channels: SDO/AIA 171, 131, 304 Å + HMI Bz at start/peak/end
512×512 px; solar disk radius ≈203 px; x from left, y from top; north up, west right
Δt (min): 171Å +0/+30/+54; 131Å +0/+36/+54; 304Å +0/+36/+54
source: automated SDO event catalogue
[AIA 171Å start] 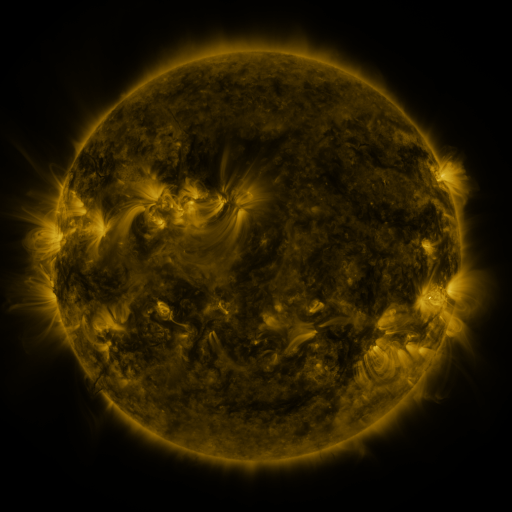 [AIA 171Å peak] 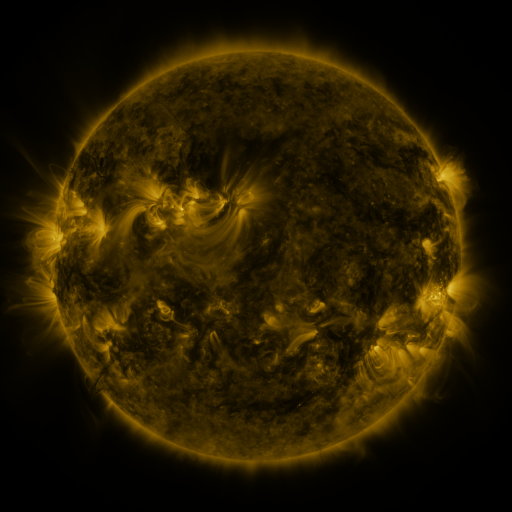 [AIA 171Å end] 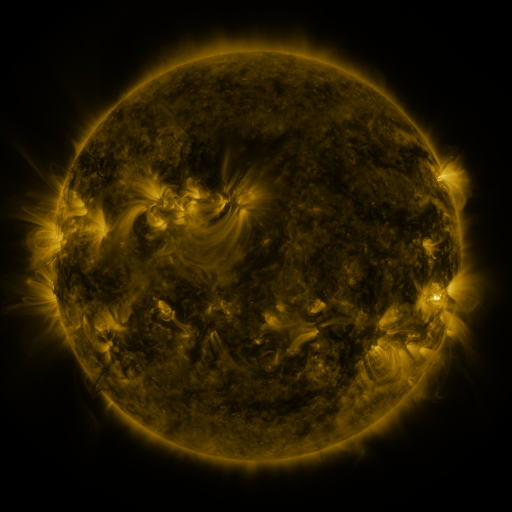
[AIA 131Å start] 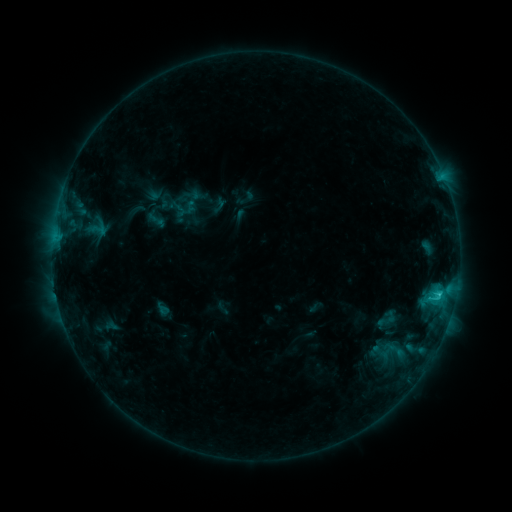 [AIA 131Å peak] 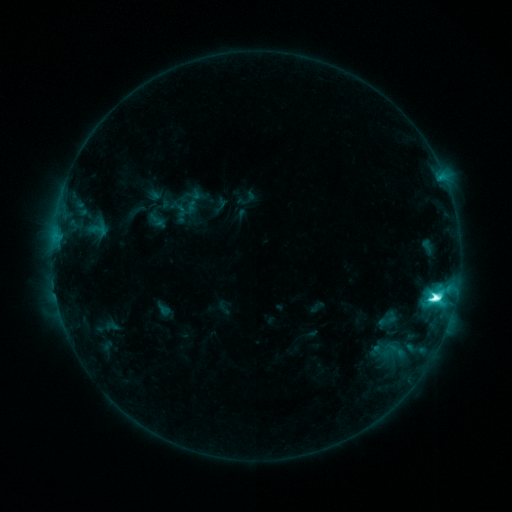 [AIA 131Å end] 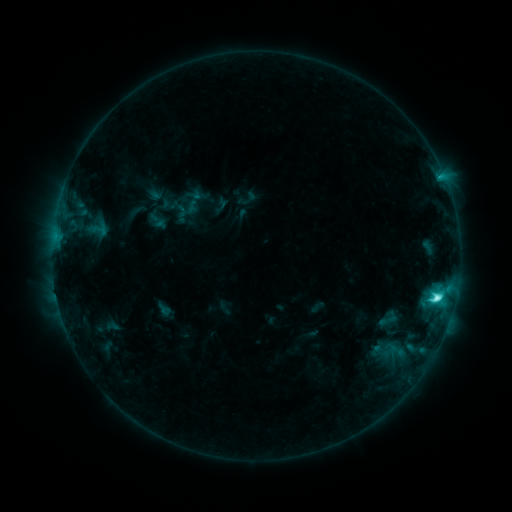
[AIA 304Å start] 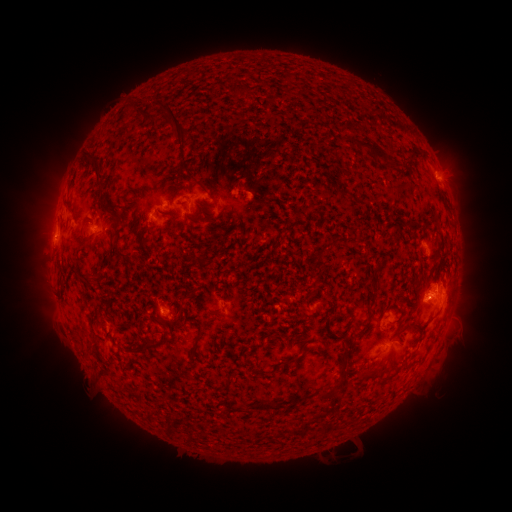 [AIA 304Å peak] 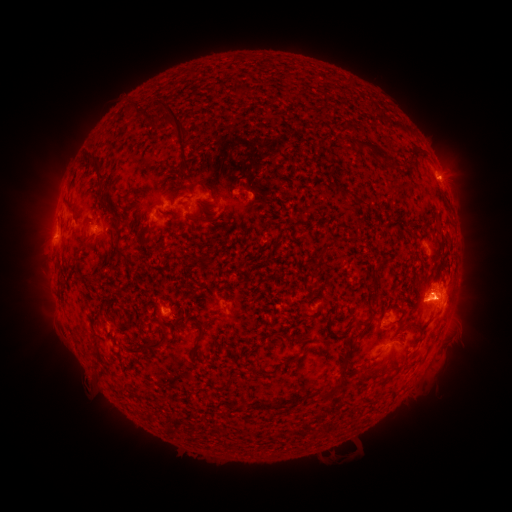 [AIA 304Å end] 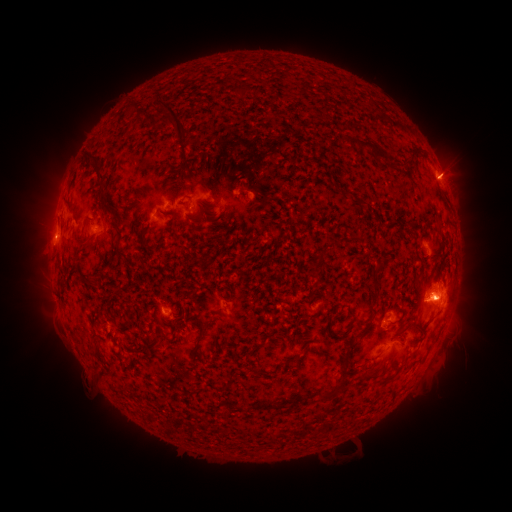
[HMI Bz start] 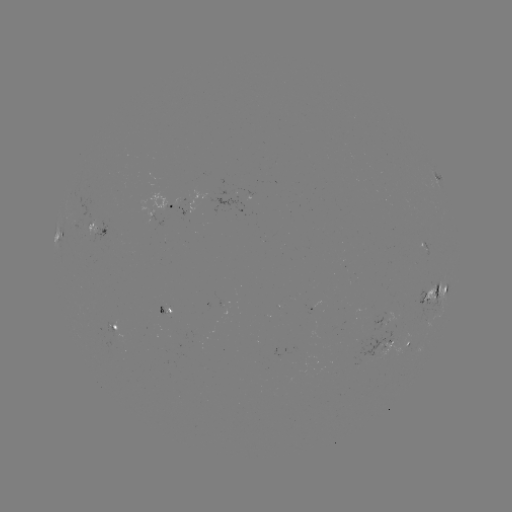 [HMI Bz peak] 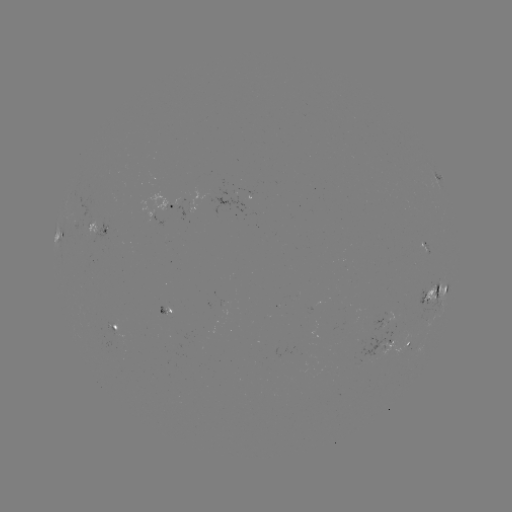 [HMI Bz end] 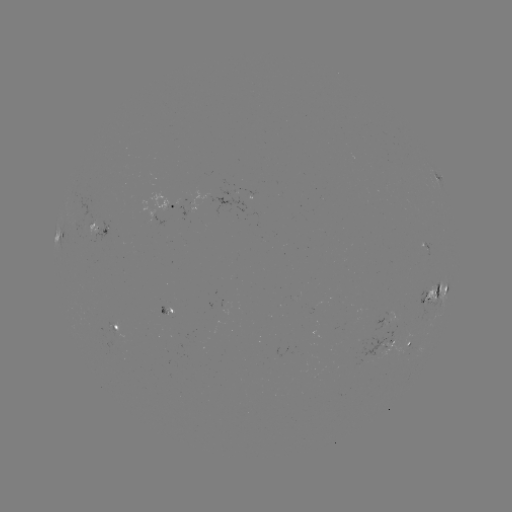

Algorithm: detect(M1.2 flare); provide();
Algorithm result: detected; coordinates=[435, 296]